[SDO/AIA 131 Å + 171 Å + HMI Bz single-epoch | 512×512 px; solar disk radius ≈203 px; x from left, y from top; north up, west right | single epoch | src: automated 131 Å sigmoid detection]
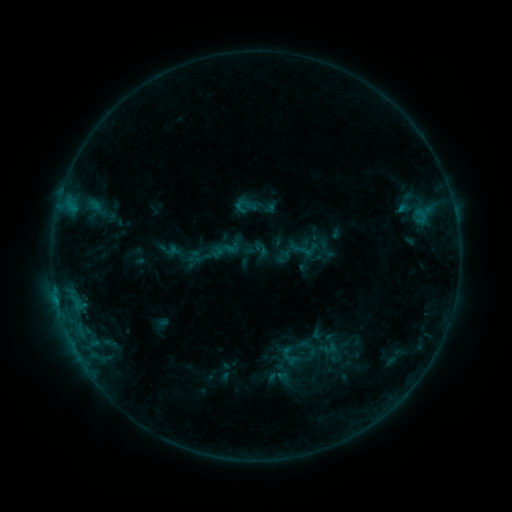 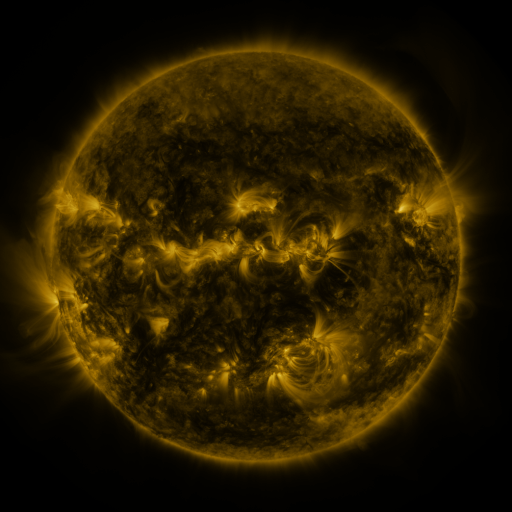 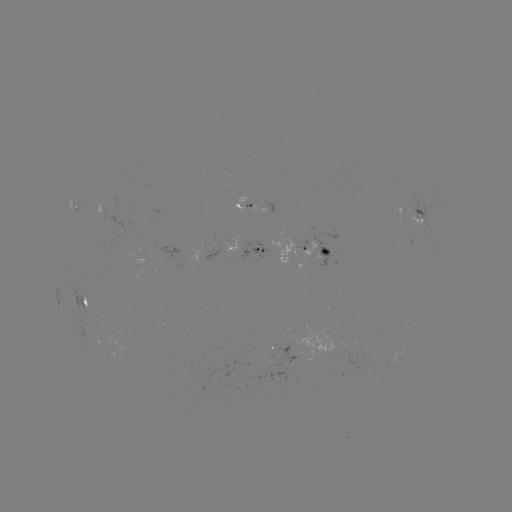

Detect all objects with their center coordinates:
sigmoid: <bbox>223, 239, 239, 256</bbox>
